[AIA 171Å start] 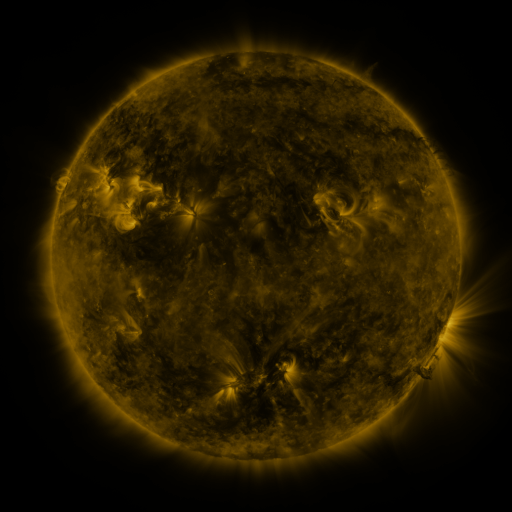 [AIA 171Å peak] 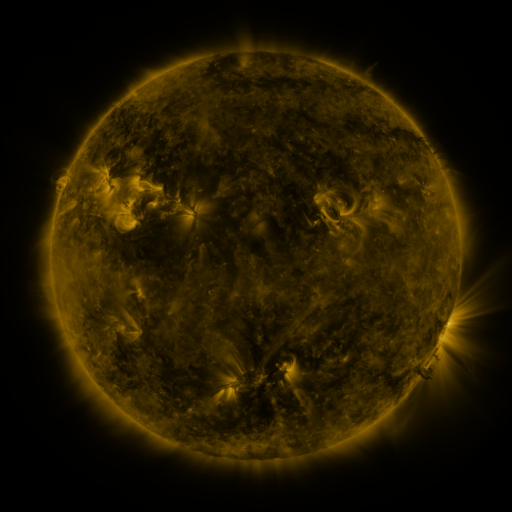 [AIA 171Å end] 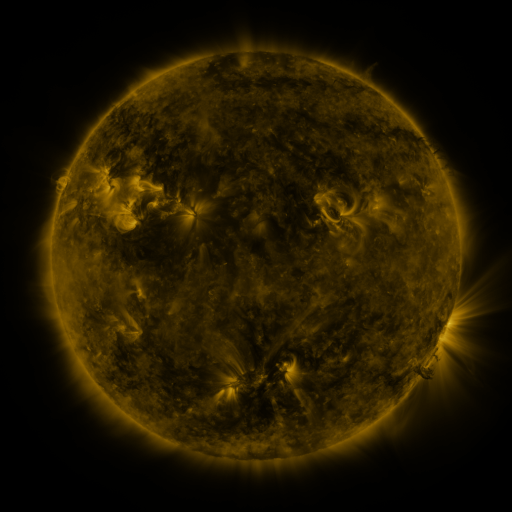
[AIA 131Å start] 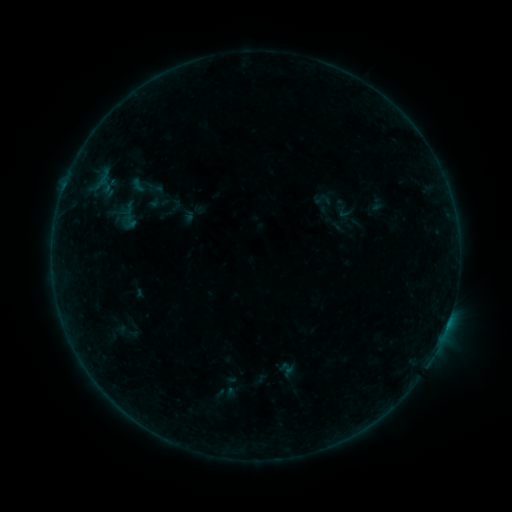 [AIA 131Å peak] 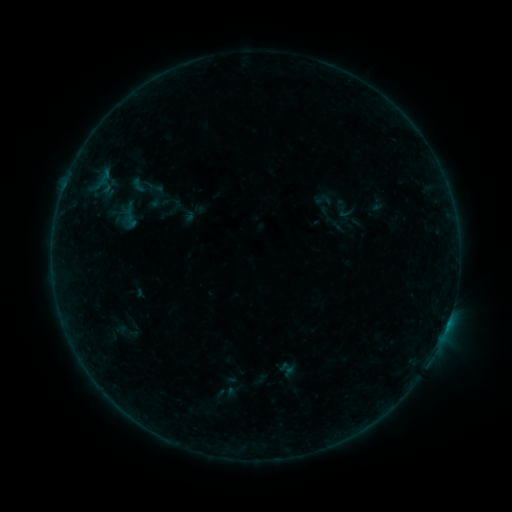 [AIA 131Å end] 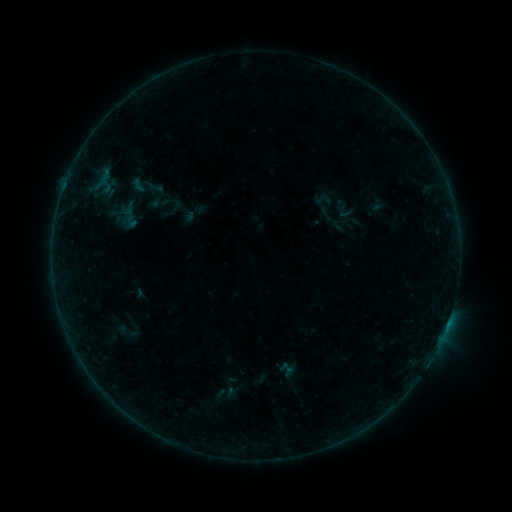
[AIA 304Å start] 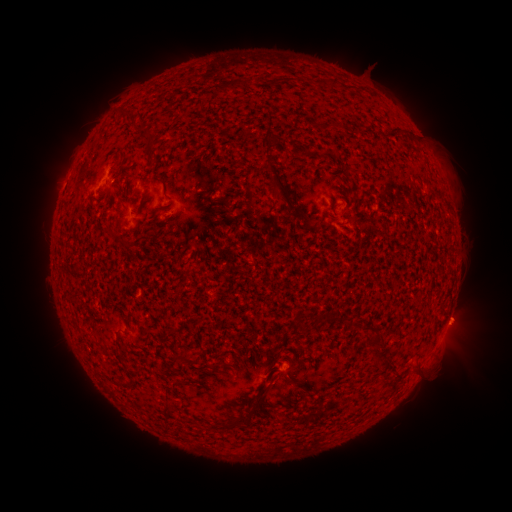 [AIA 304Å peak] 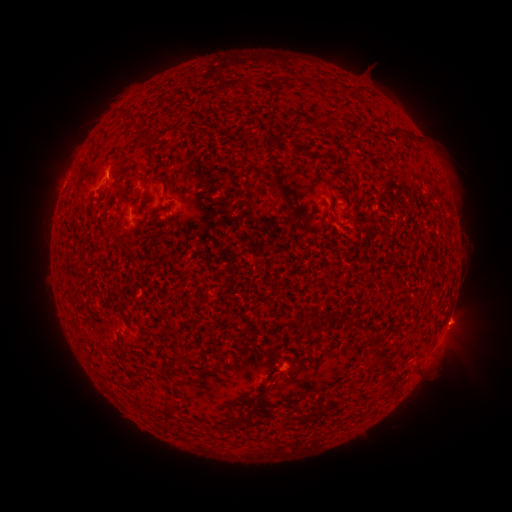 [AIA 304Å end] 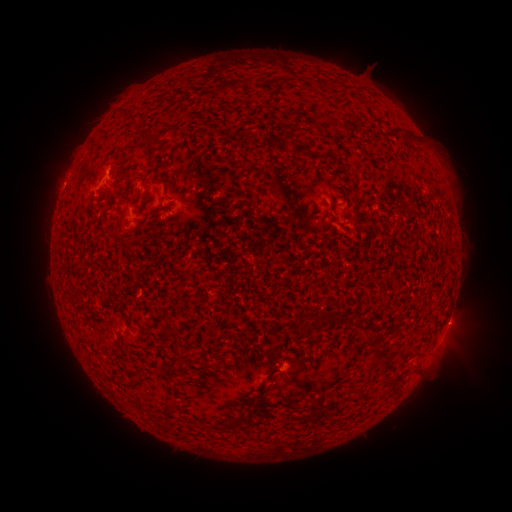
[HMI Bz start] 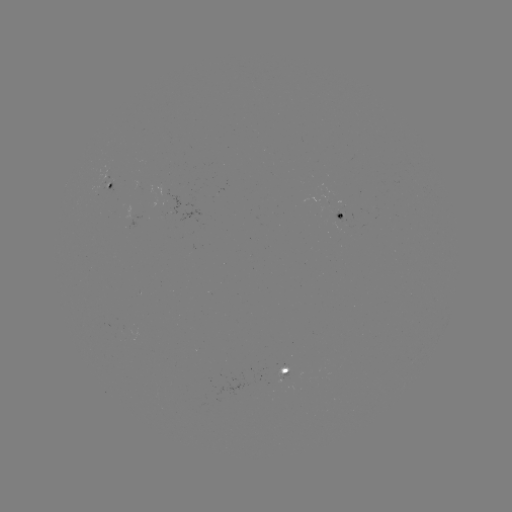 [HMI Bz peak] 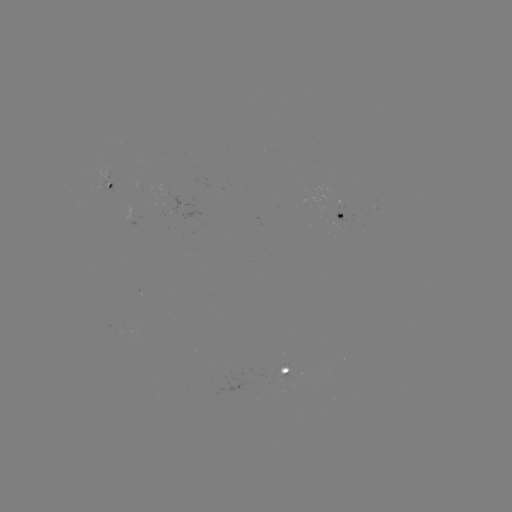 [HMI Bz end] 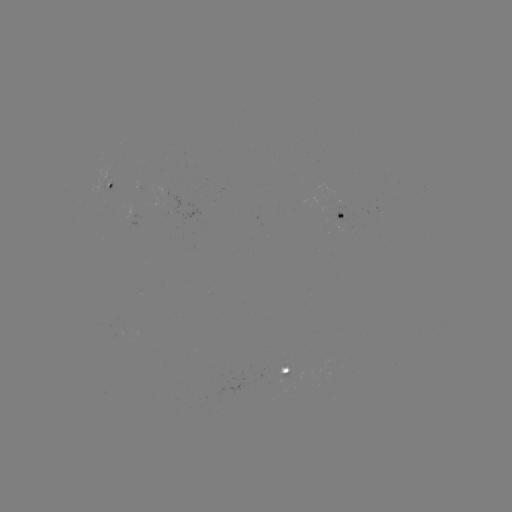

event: flare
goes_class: B2.0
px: (447, 322)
